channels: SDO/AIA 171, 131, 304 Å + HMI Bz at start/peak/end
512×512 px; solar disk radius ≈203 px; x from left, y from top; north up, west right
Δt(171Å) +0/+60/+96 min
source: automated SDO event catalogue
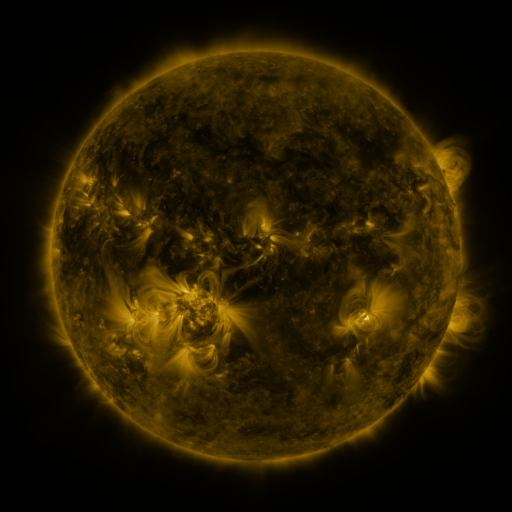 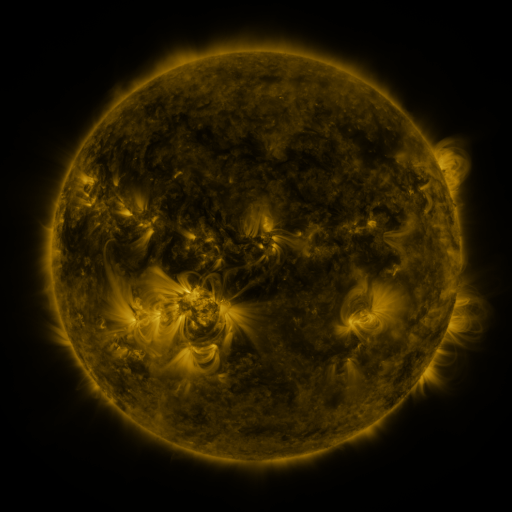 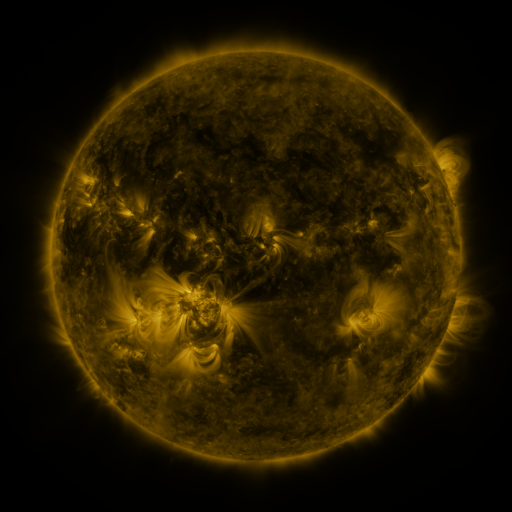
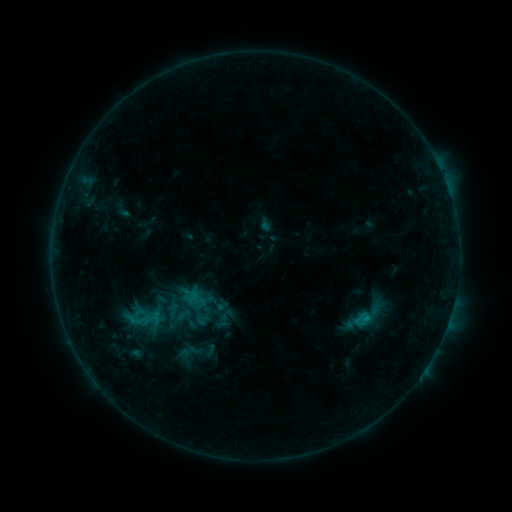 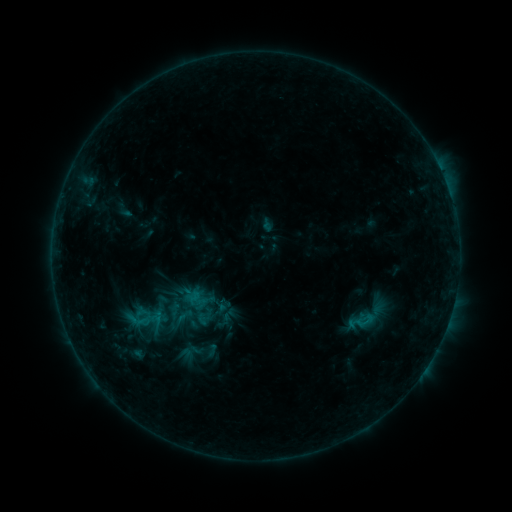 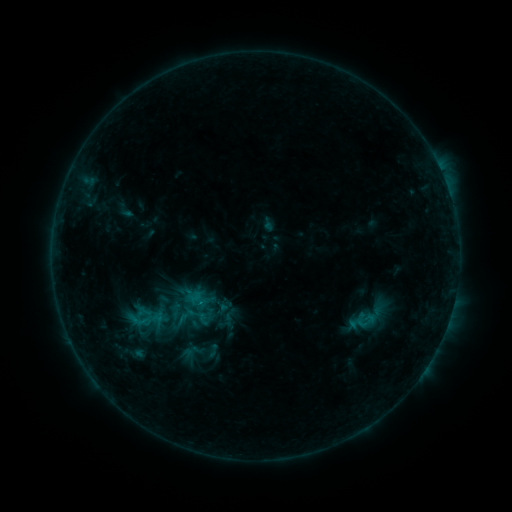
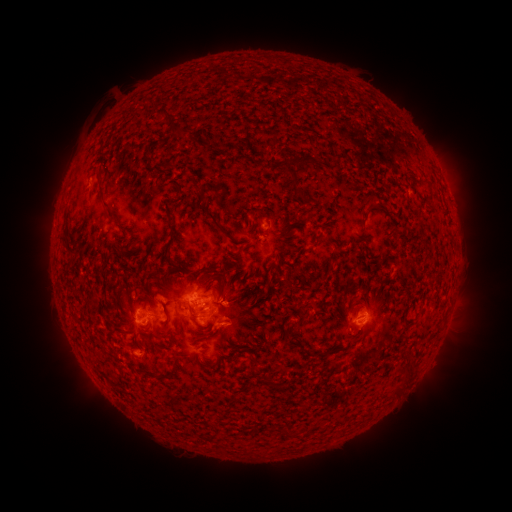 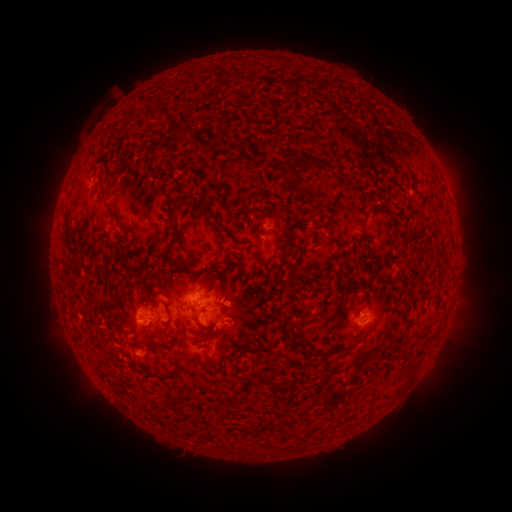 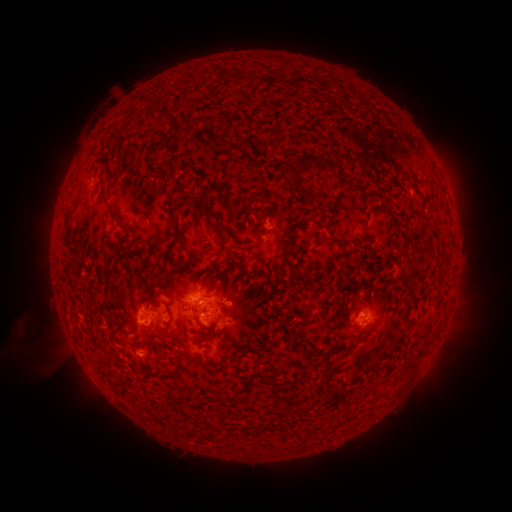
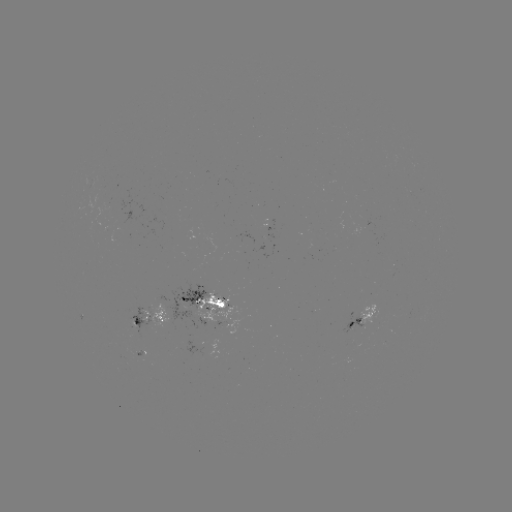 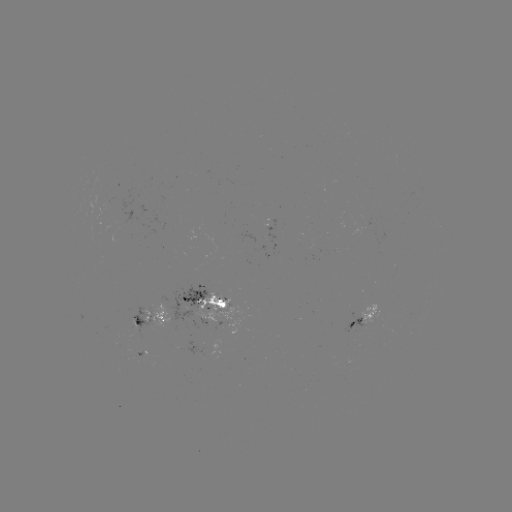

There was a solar emerging-flux region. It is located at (163, 220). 